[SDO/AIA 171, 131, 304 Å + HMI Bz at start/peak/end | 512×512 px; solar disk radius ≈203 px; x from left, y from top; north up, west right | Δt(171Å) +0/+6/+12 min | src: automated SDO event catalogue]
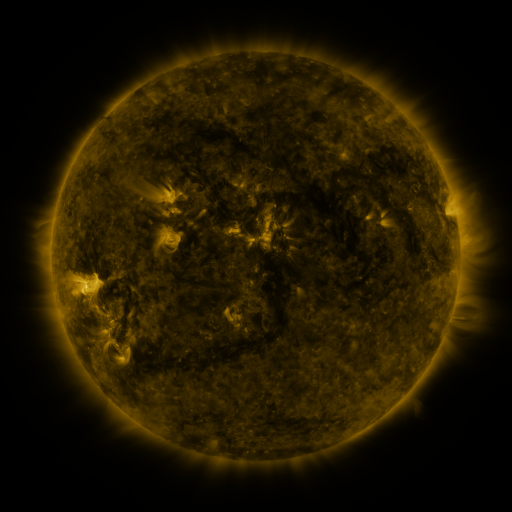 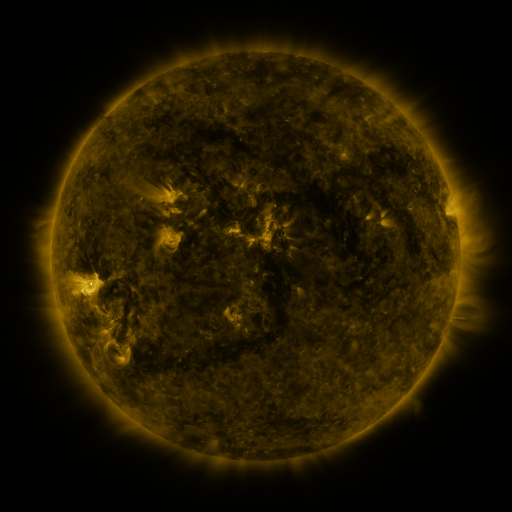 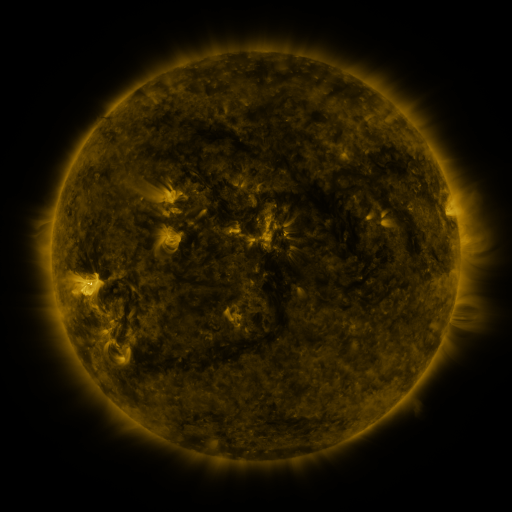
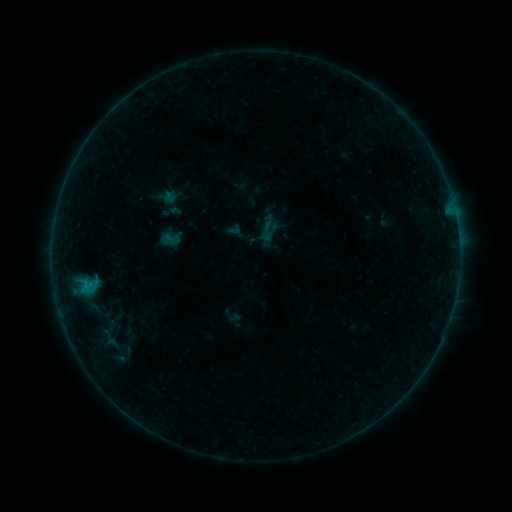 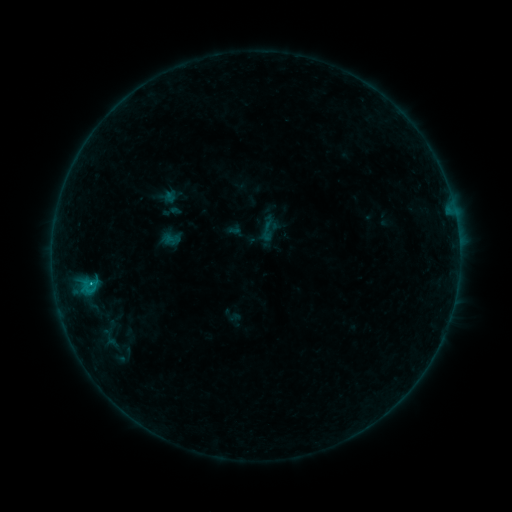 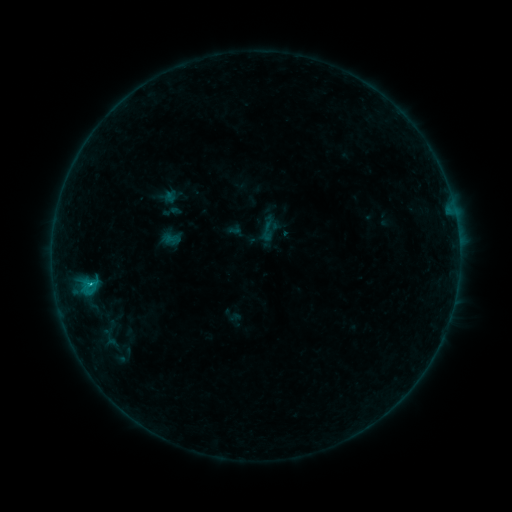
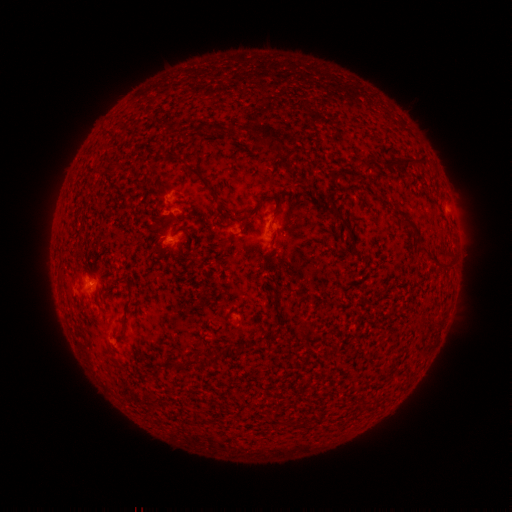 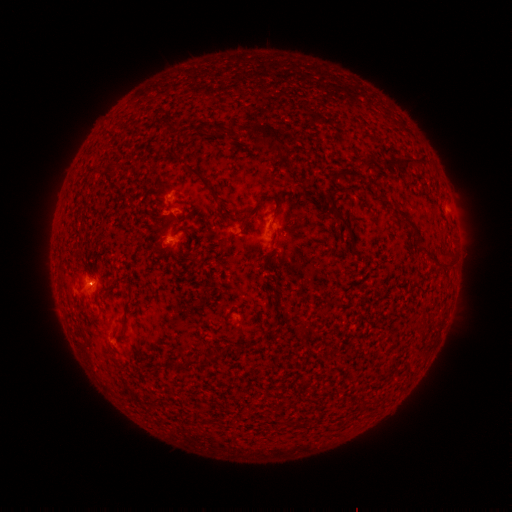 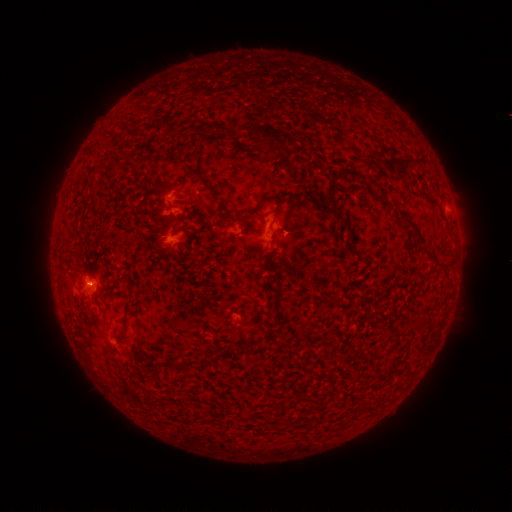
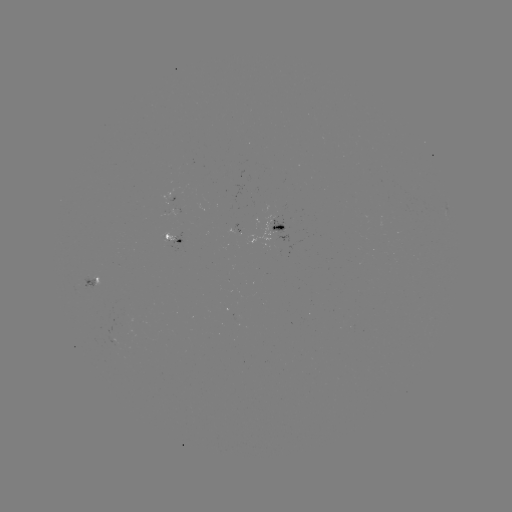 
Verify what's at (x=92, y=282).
B5.9 flare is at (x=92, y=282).